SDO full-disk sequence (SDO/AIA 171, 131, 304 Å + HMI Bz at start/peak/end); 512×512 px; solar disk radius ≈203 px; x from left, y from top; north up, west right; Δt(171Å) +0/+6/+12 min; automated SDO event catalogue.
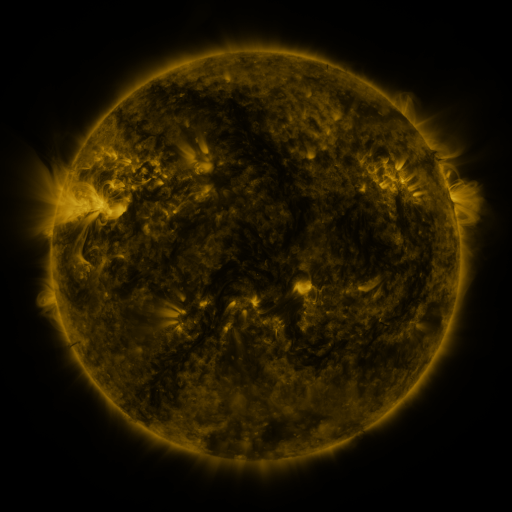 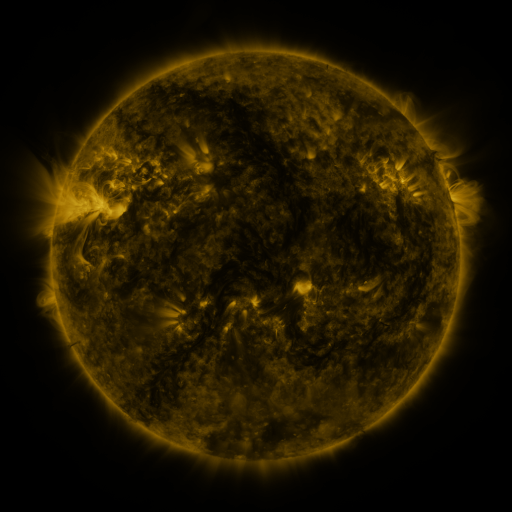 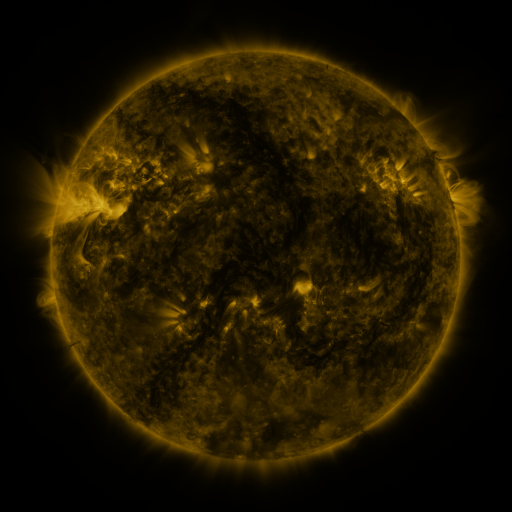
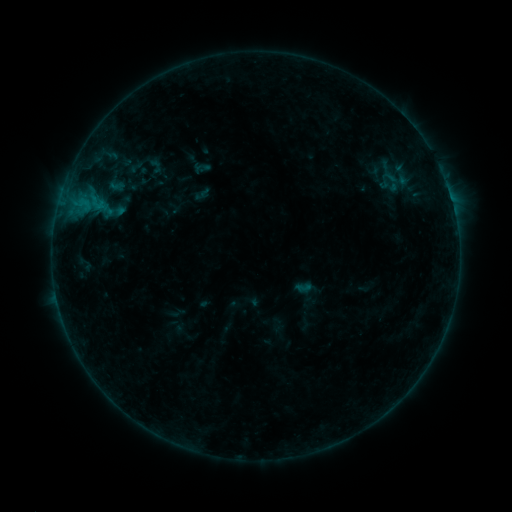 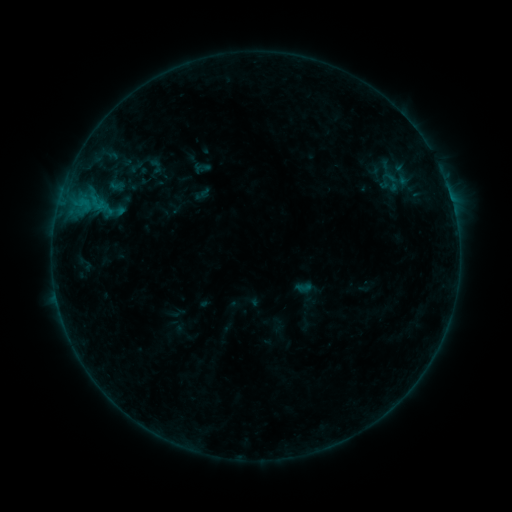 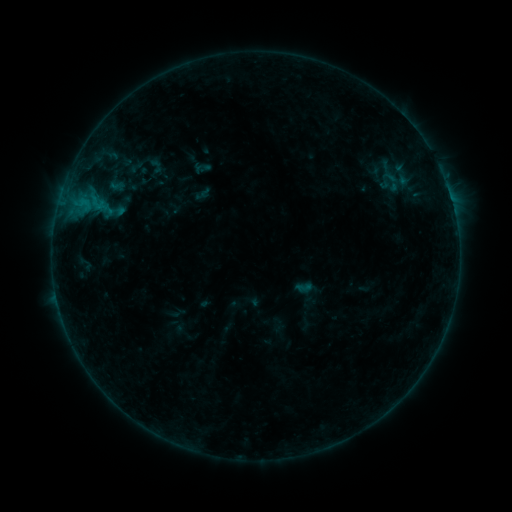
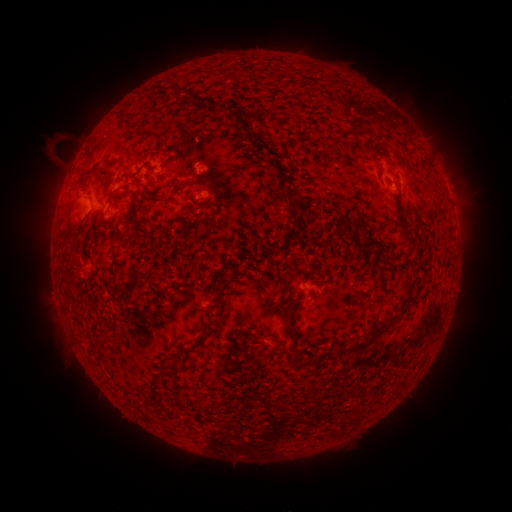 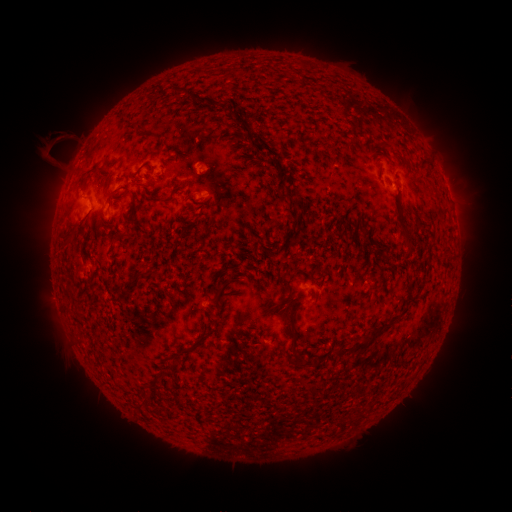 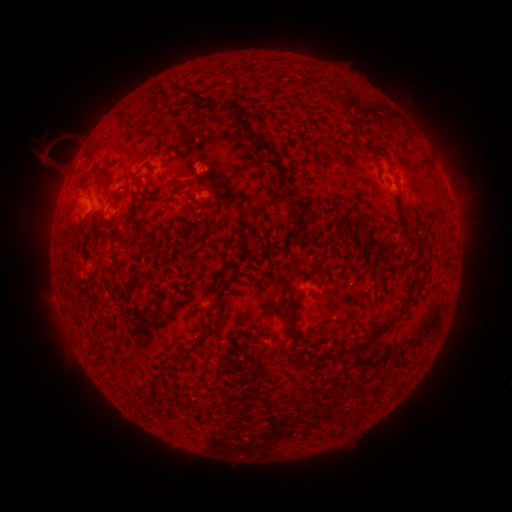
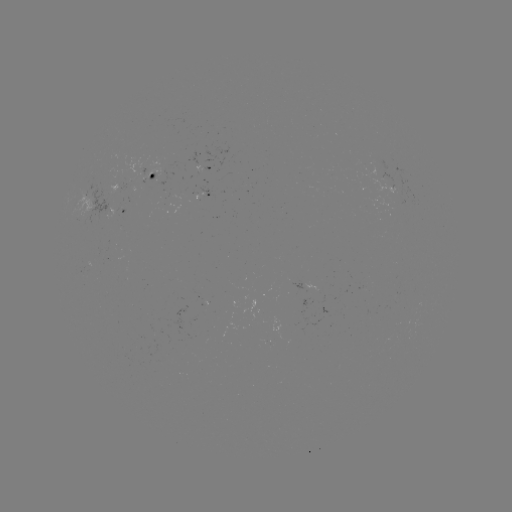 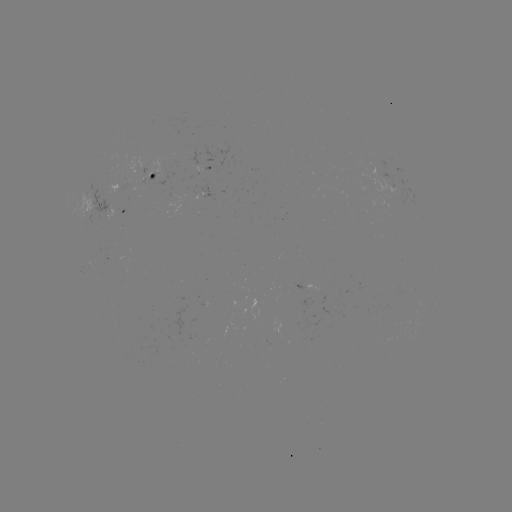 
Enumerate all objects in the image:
eruption: (48, 154)
